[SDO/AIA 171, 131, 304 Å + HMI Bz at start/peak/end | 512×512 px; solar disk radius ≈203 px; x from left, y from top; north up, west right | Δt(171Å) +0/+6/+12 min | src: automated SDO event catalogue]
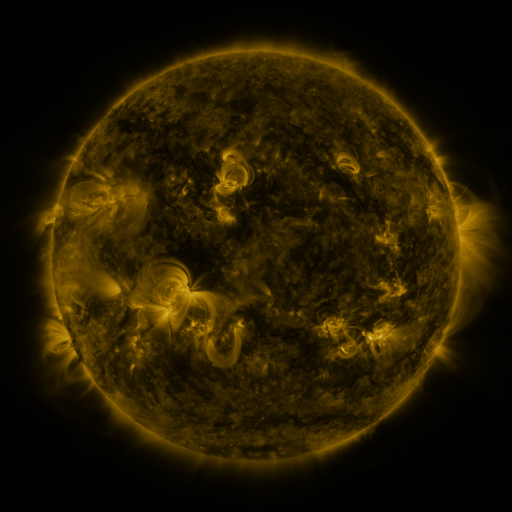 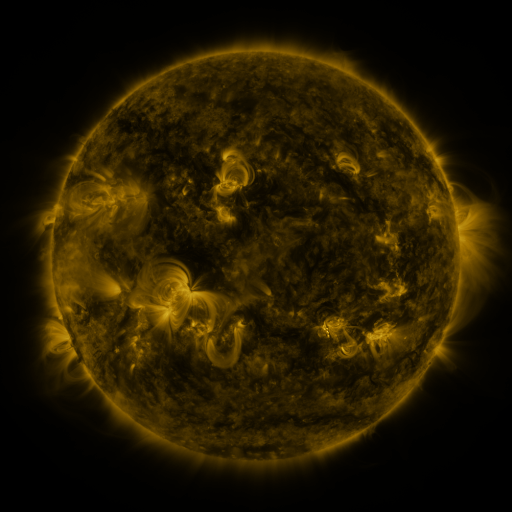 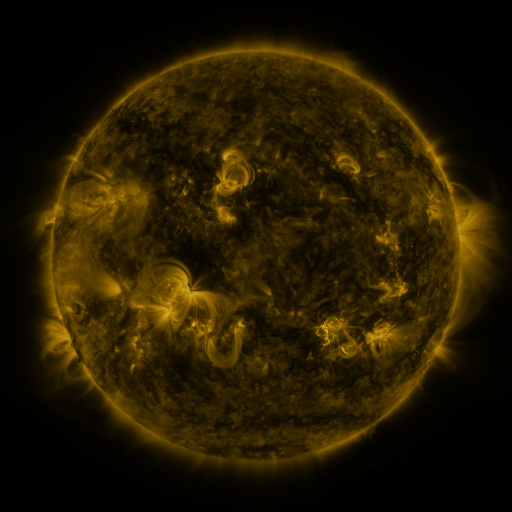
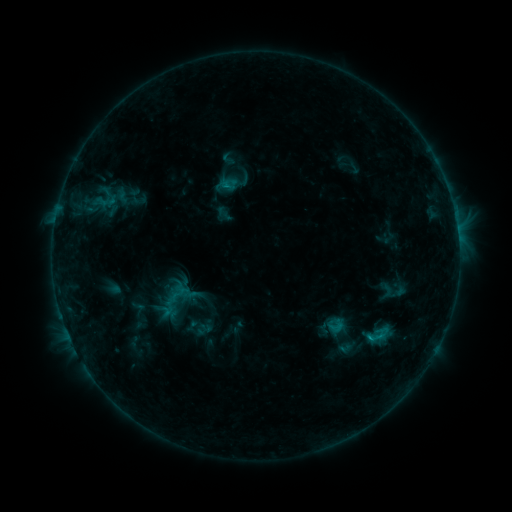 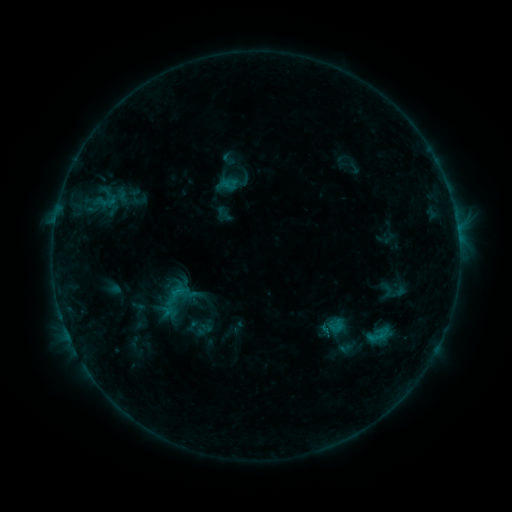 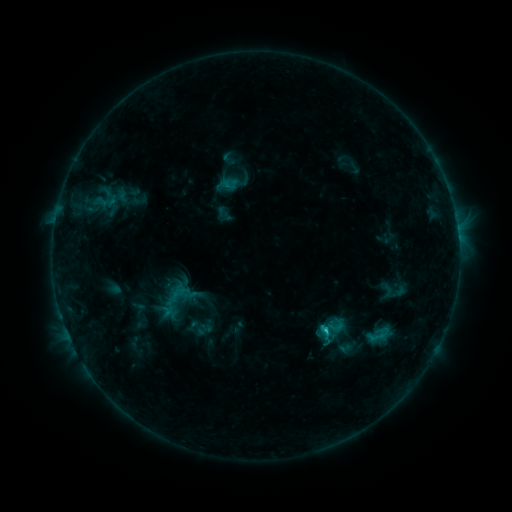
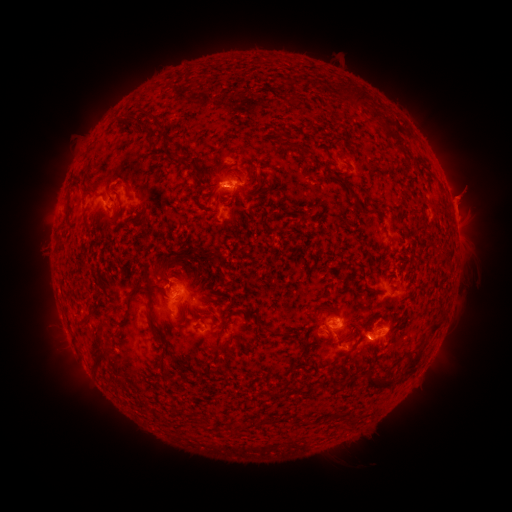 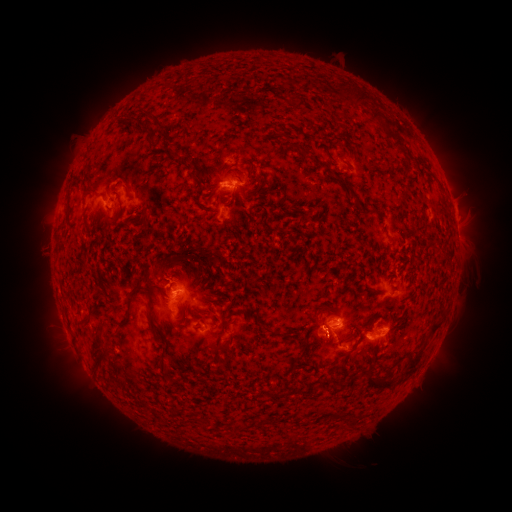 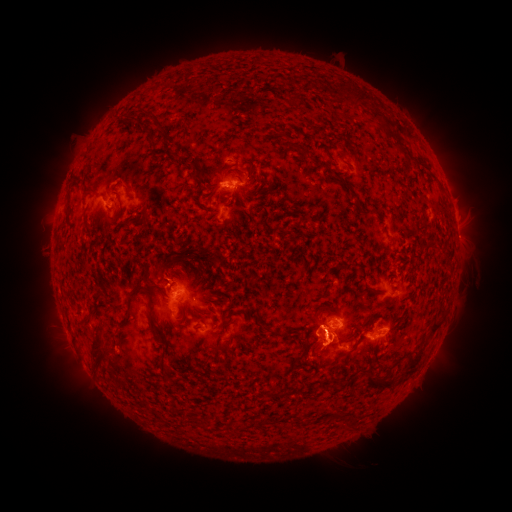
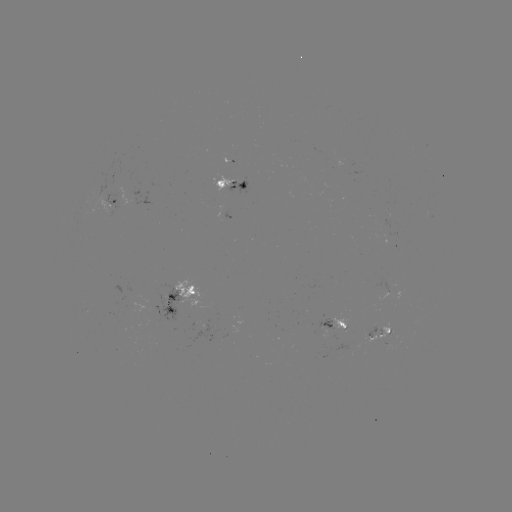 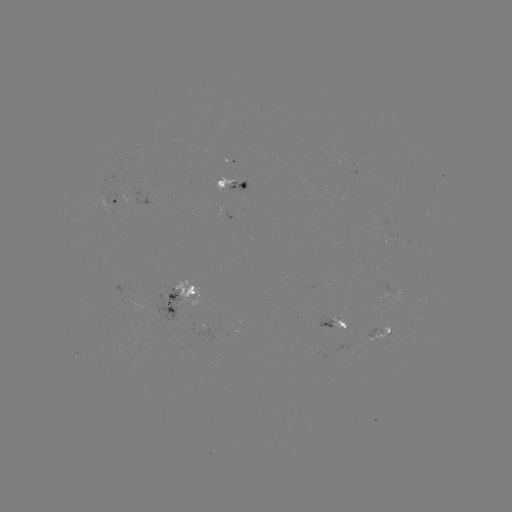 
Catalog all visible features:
eruption: (320, 342)
